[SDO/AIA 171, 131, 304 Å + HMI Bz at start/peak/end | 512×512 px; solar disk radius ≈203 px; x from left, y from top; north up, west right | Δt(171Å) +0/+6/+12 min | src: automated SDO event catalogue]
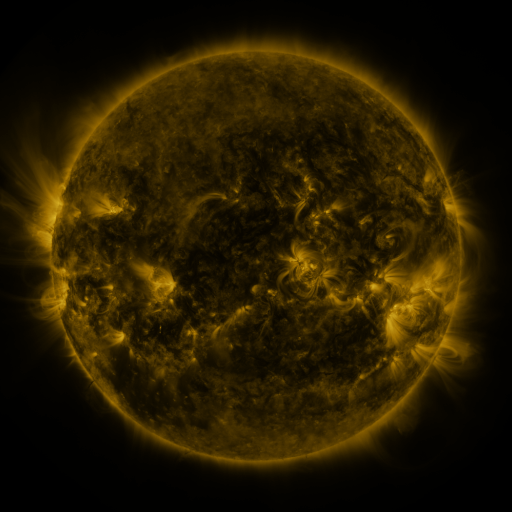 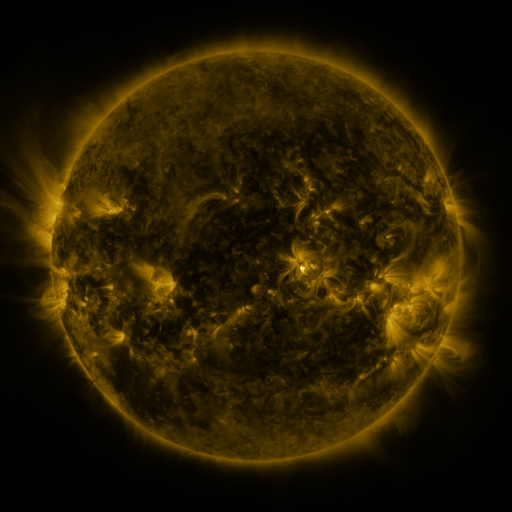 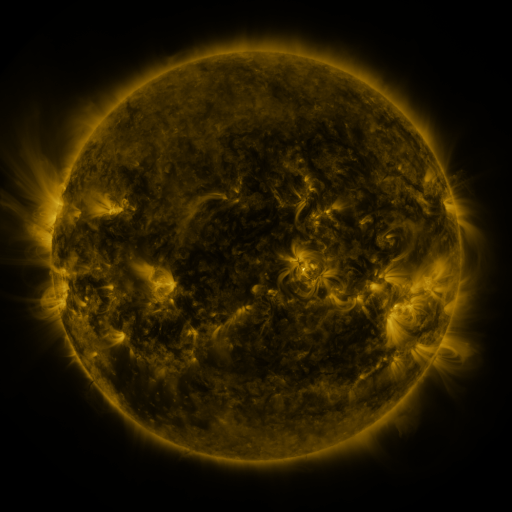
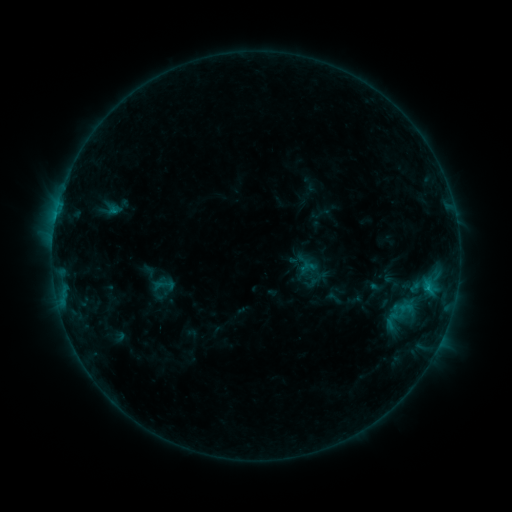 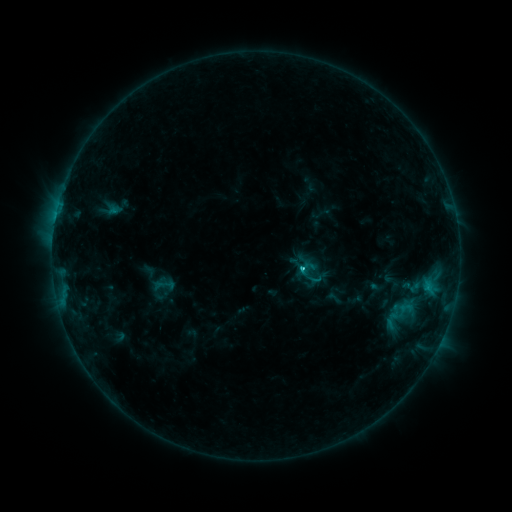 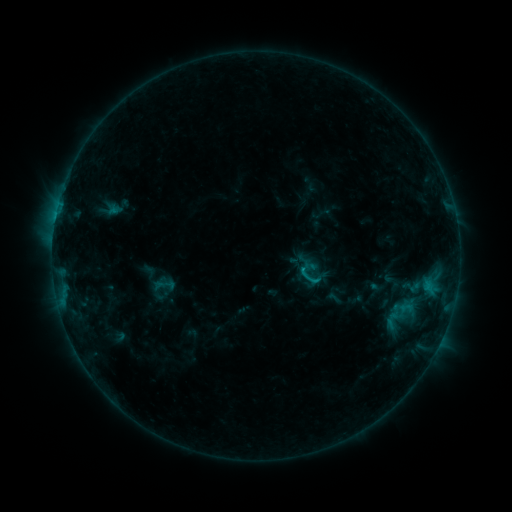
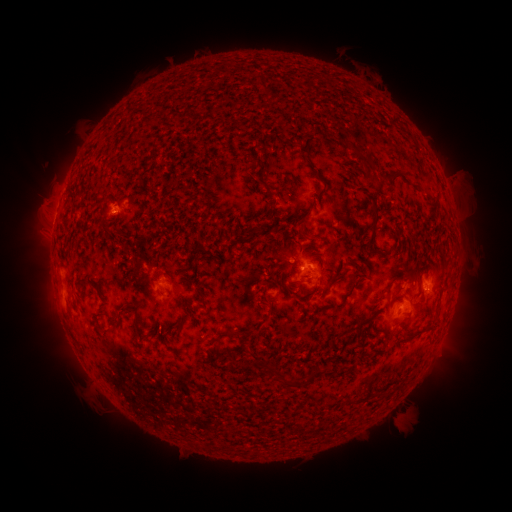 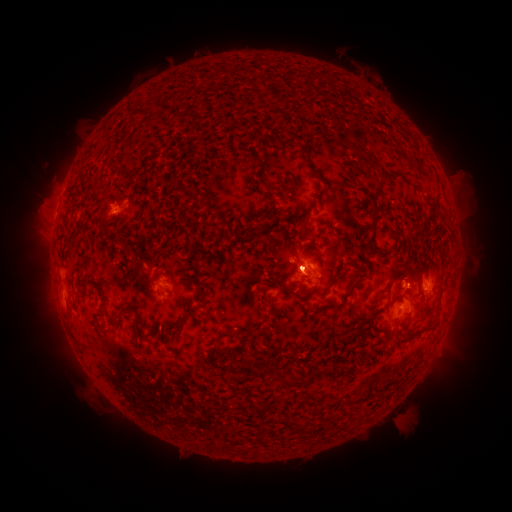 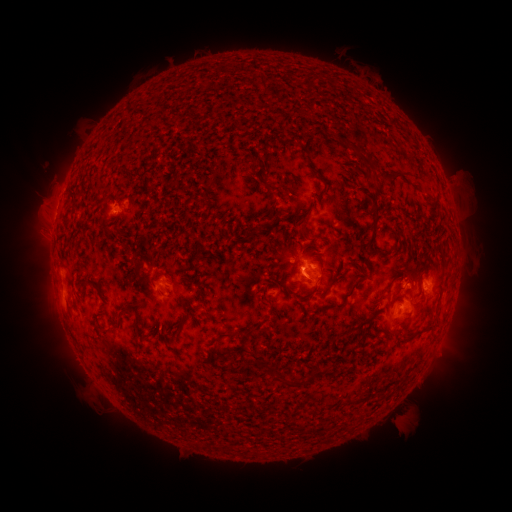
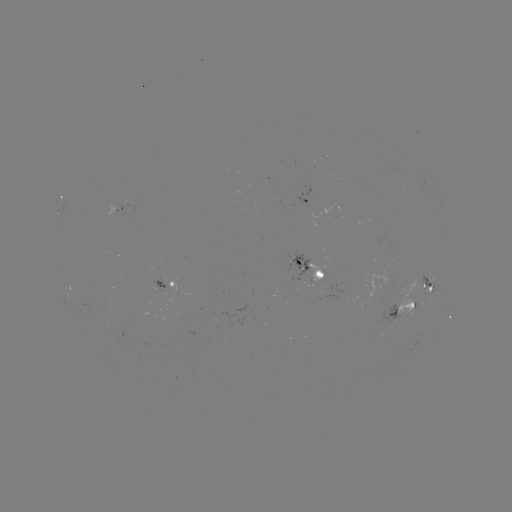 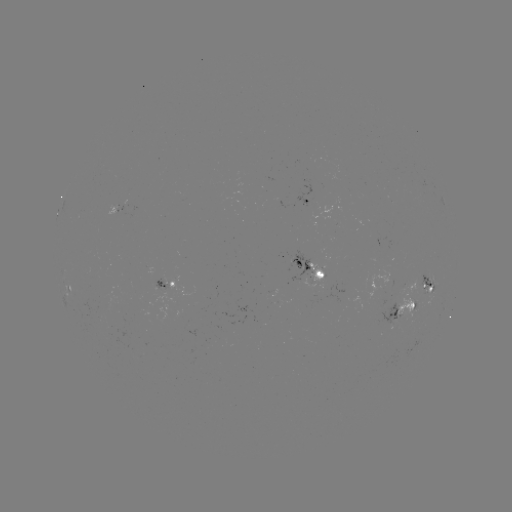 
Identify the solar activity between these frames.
C1.3 flare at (301, 267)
